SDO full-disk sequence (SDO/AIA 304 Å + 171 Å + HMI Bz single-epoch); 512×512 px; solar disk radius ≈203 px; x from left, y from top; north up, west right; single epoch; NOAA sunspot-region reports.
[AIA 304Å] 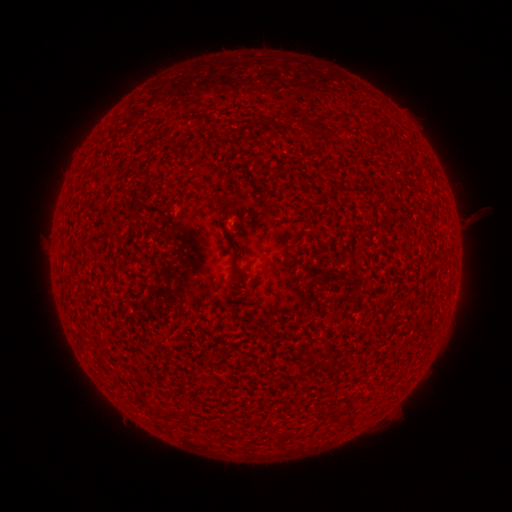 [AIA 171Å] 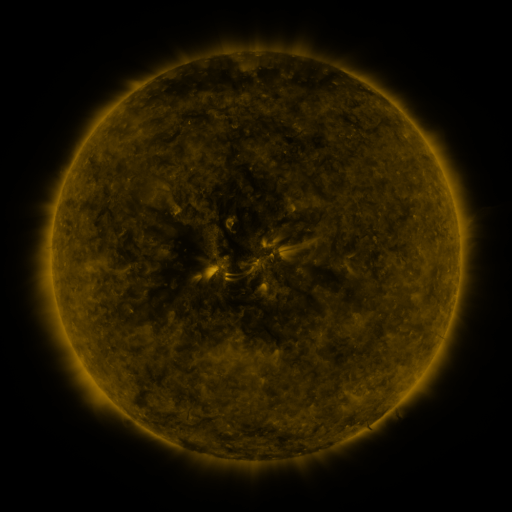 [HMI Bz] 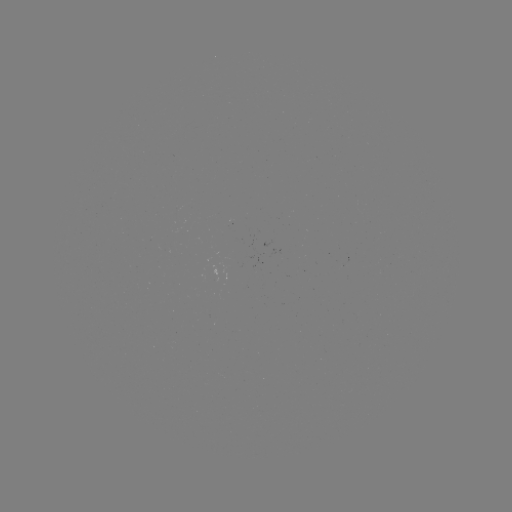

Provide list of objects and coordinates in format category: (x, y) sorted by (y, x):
(none)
